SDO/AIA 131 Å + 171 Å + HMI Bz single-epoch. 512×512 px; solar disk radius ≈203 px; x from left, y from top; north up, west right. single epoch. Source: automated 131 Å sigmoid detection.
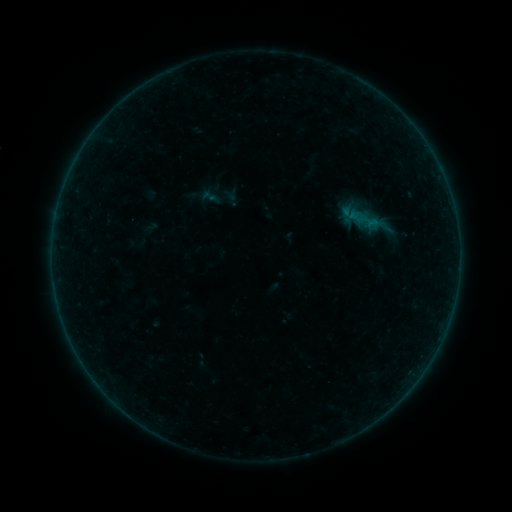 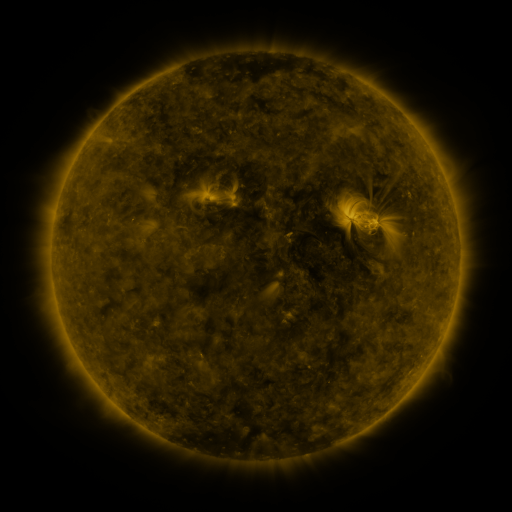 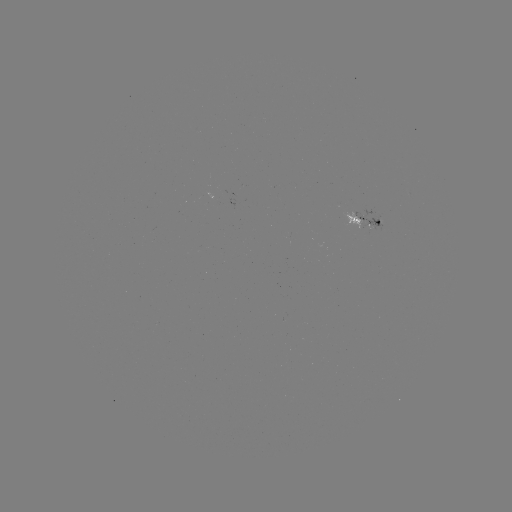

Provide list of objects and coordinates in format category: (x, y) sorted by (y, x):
sigmoid: (209, 196)
